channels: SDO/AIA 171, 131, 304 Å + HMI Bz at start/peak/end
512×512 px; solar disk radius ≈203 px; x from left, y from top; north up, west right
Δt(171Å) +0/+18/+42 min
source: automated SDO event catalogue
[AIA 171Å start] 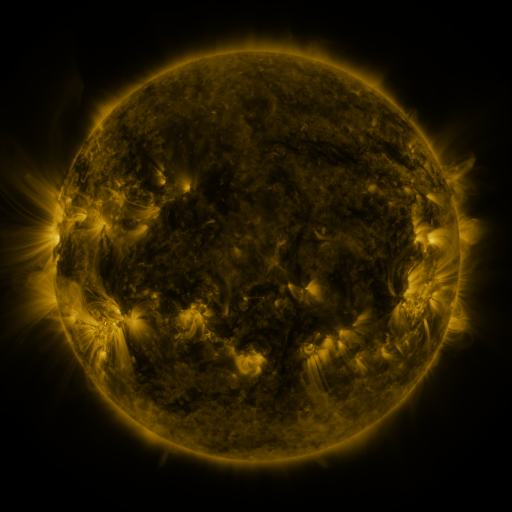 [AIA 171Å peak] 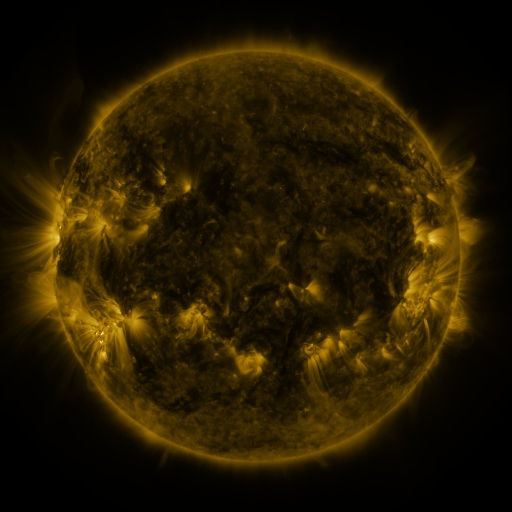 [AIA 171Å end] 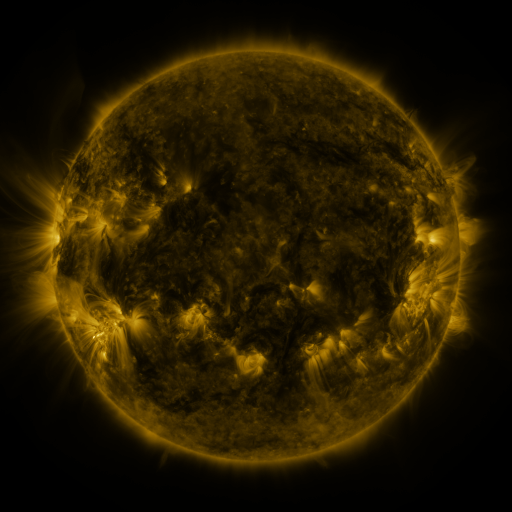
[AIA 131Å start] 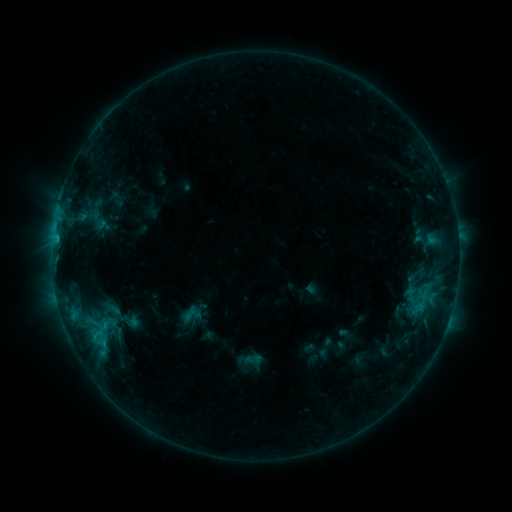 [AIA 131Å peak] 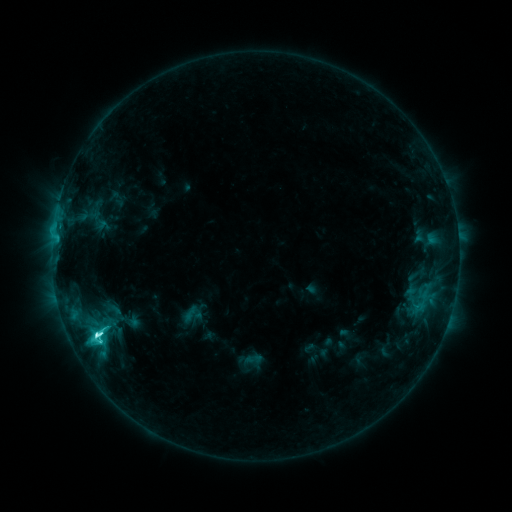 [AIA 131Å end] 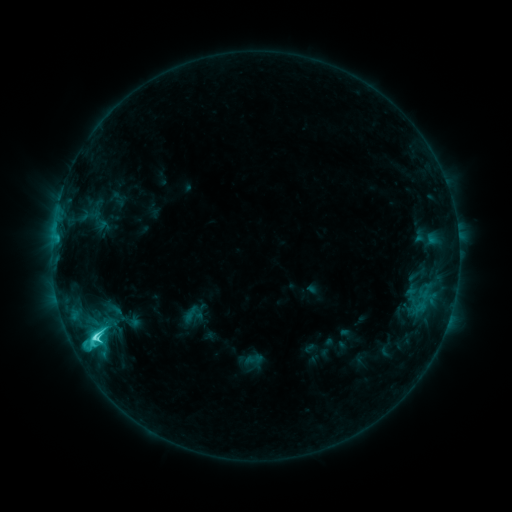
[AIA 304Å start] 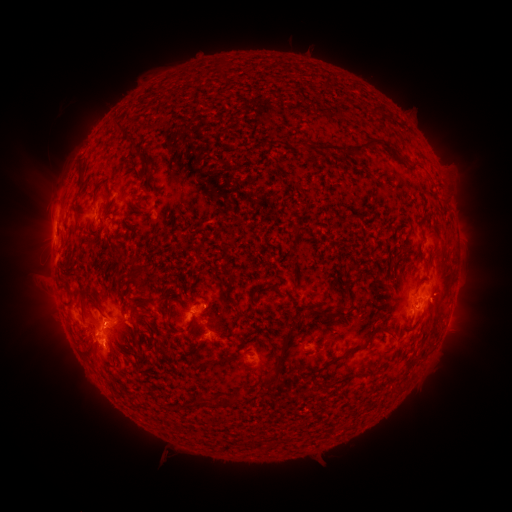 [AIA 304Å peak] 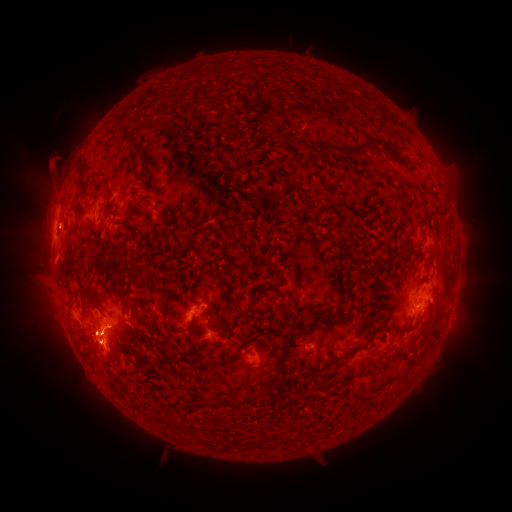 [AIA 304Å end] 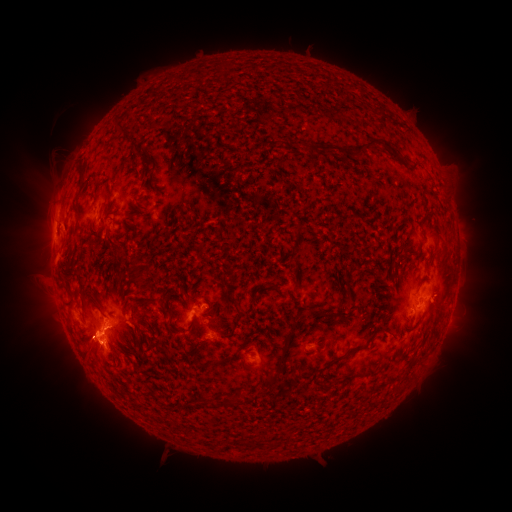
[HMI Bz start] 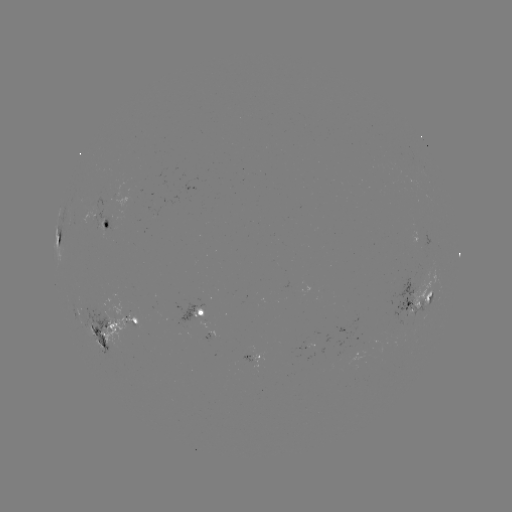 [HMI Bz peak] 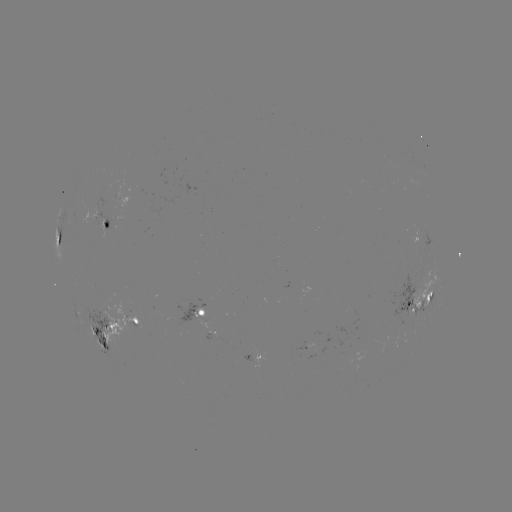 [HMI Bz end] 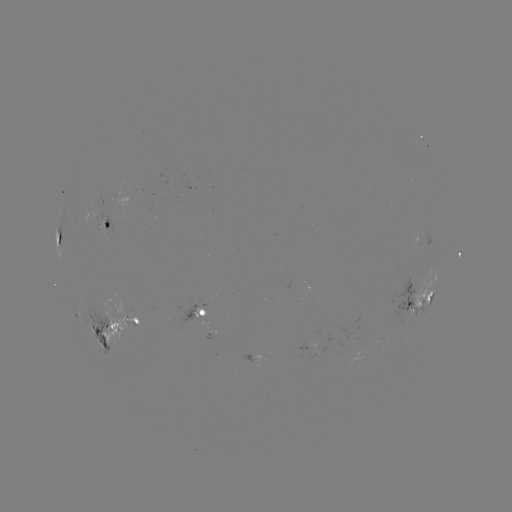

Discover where C9.8 flare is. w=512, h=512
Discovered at (98, 334).